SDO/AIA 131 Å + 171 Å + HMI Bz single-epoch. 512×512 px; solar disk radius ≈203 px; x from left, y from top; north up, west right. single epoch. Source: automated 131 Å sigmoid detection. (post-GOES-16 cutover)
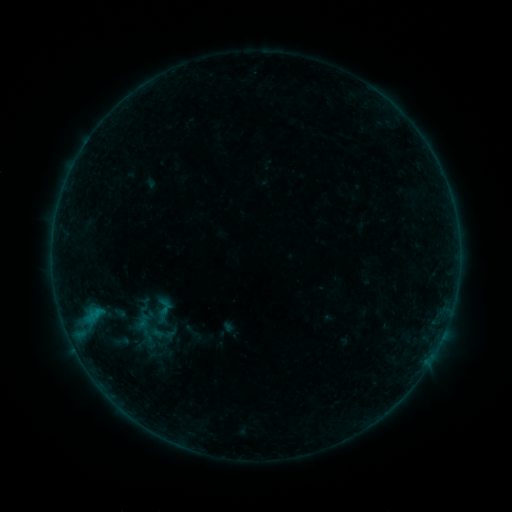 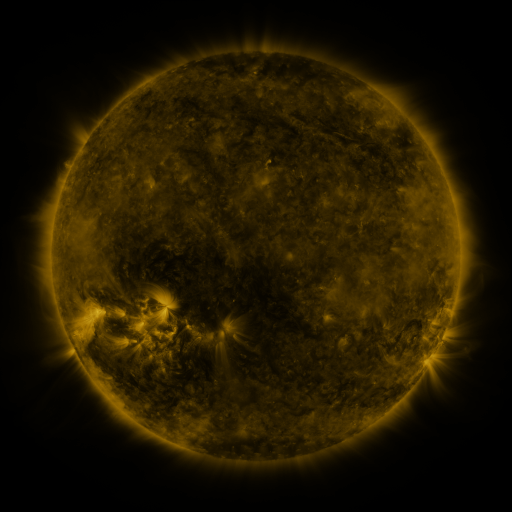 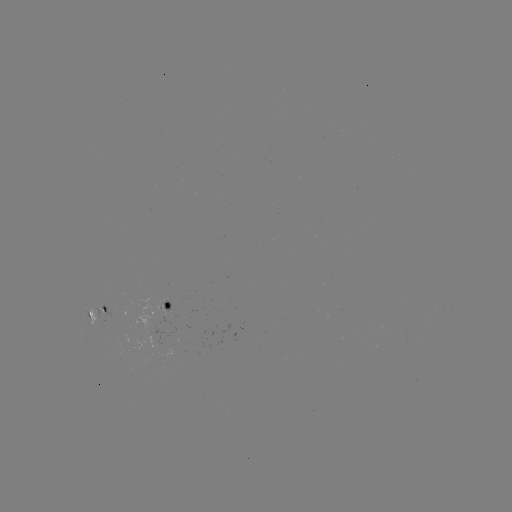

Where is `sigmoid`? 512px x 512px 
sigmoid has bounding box [108, 333, 135, 349].